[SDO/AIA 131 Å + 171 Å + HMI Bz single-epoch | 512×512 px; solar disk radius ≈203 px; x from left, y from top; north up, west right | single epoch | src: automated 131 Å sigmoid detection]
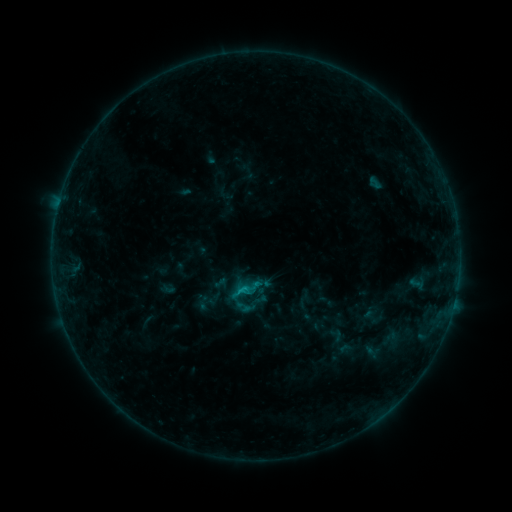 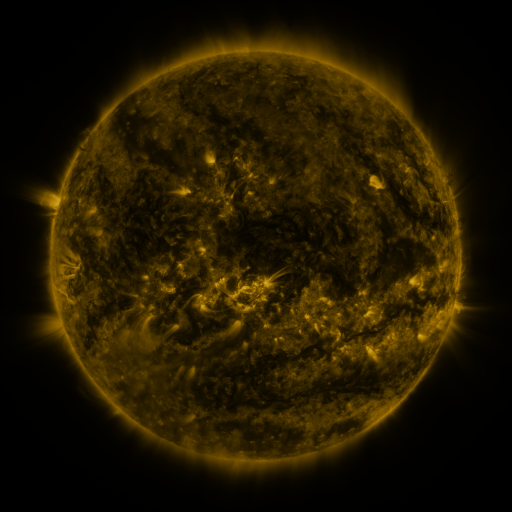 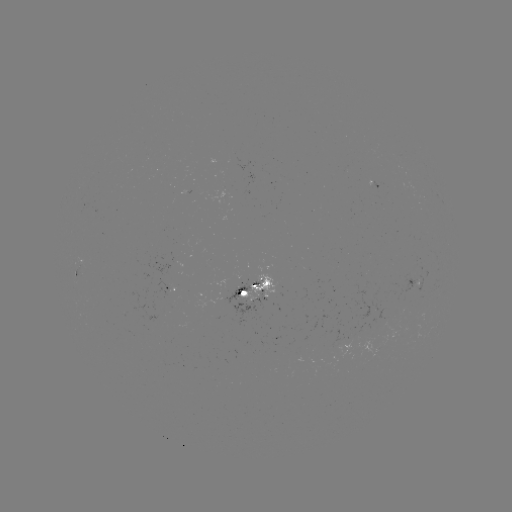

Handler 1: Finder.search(sigmoid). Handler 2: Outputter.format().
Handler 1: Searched sigmoid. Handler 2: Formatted (244, 296).